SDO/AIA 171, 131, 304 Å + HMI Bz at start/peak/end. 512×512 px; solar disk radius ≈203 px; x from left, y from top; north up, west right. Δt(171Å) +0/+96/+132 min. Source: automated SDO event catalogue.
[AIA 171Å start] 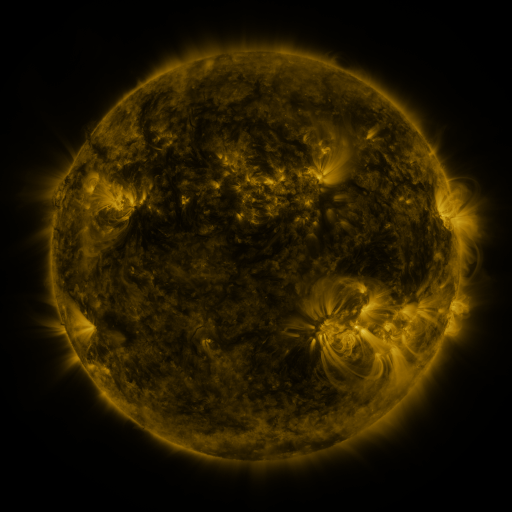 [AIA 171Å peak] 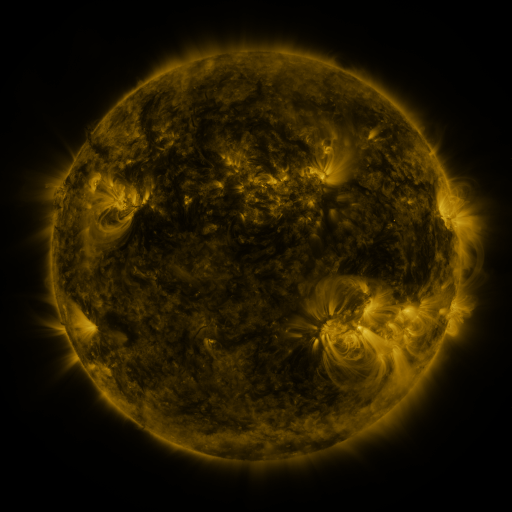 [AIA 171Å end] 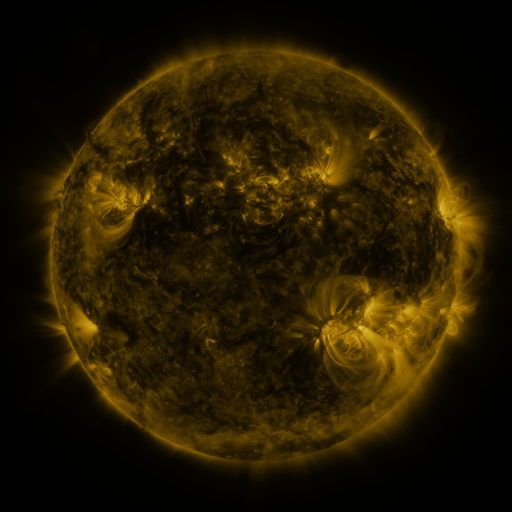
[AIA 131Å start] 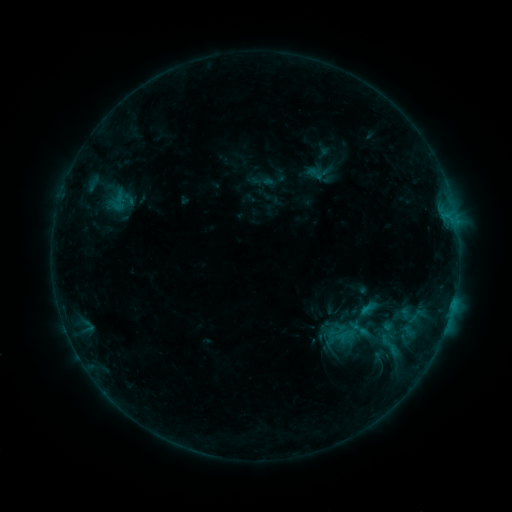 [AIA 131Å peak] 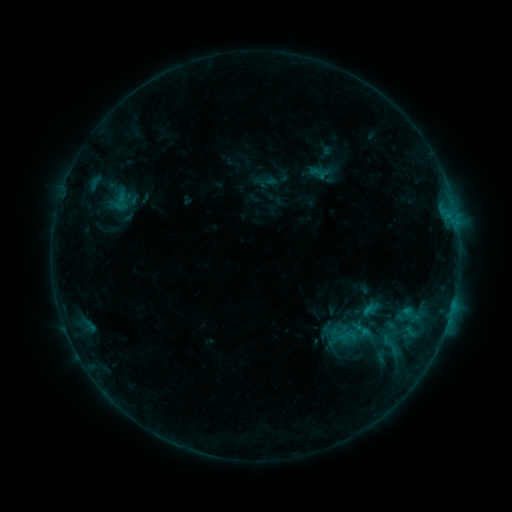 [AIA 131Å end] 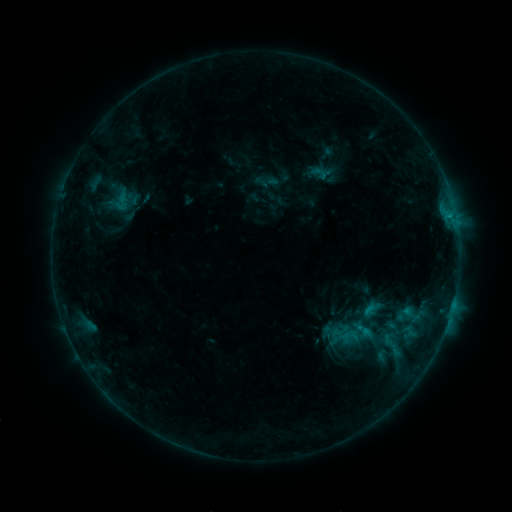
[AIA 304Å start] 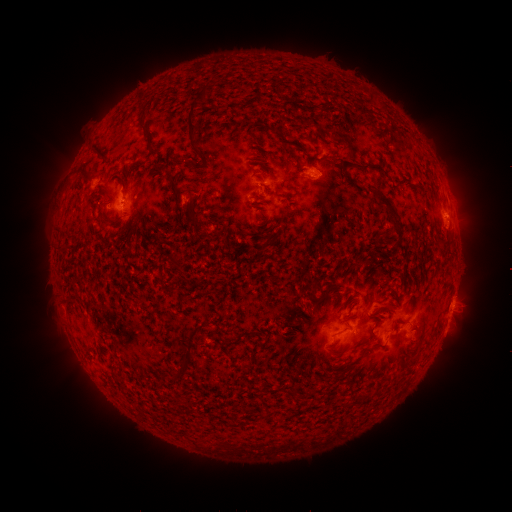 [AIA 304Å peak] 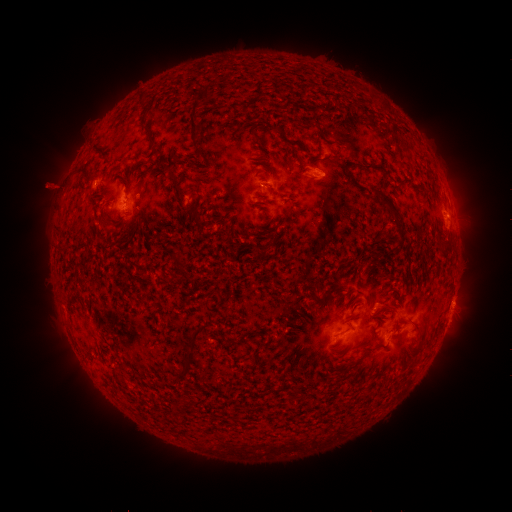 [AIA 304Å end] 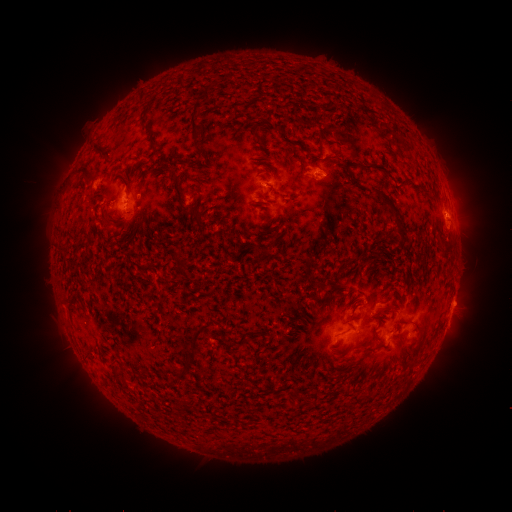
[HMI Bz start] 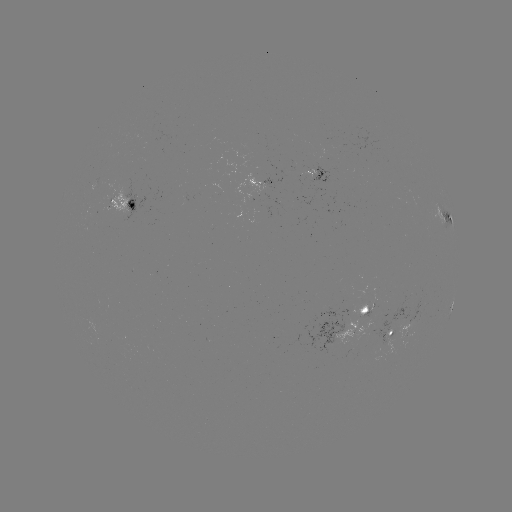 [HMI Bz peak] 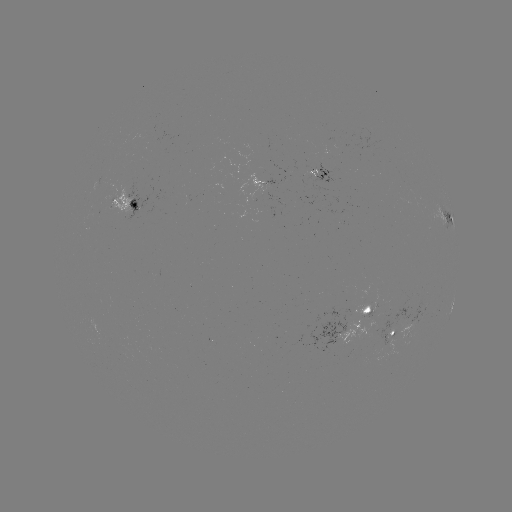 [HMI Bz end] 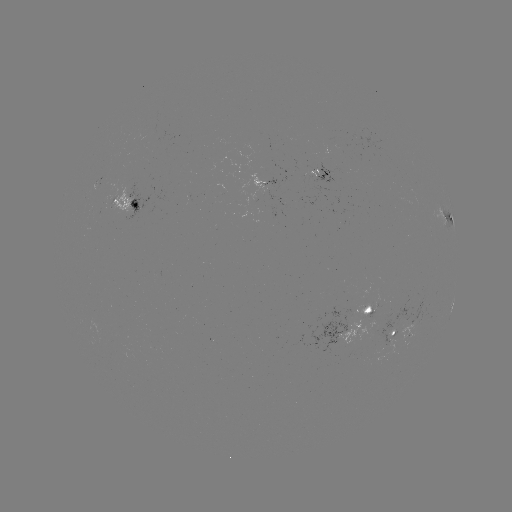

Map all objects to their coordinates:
emerging-flux region: (383, 342)
